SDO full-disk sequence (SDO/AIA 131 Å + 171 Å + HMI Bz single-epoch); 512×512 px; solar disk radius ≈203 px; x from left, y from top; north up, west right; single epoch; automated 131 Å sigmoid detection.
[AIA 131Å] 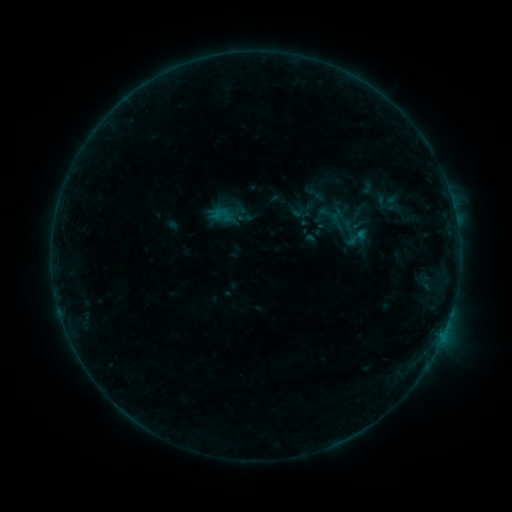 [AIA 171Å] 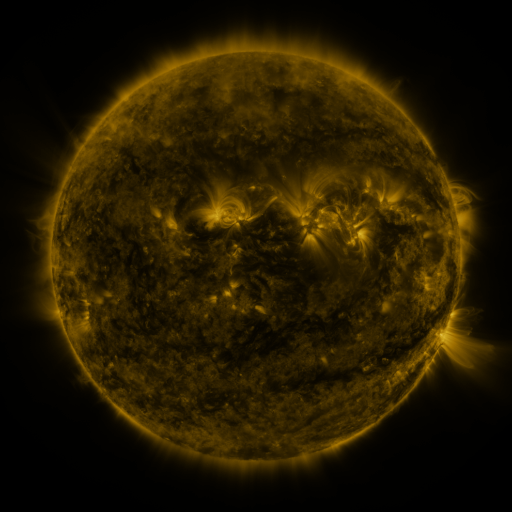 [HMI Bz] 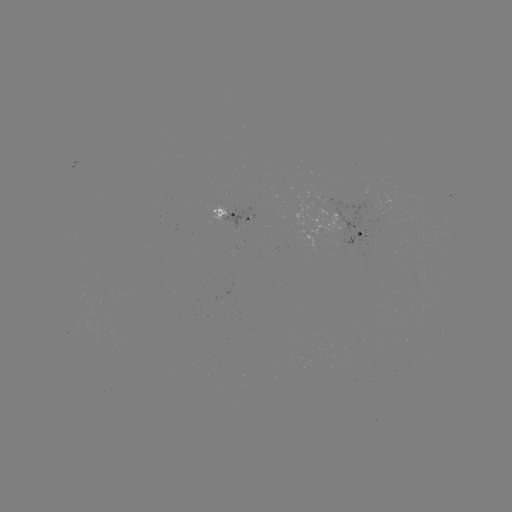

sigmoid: (344, 226, 369, 248)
